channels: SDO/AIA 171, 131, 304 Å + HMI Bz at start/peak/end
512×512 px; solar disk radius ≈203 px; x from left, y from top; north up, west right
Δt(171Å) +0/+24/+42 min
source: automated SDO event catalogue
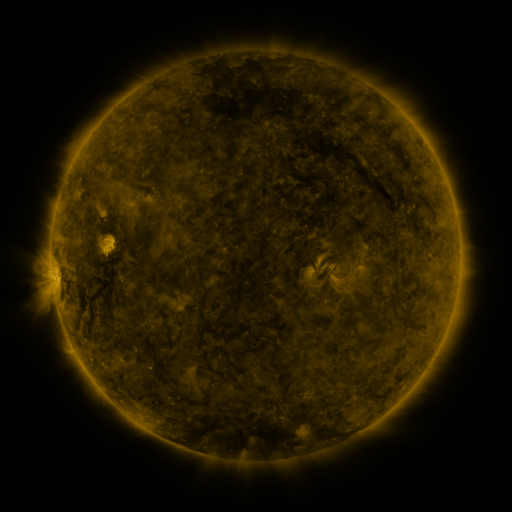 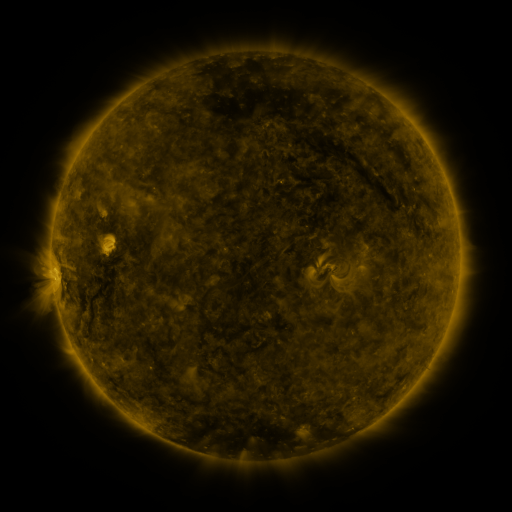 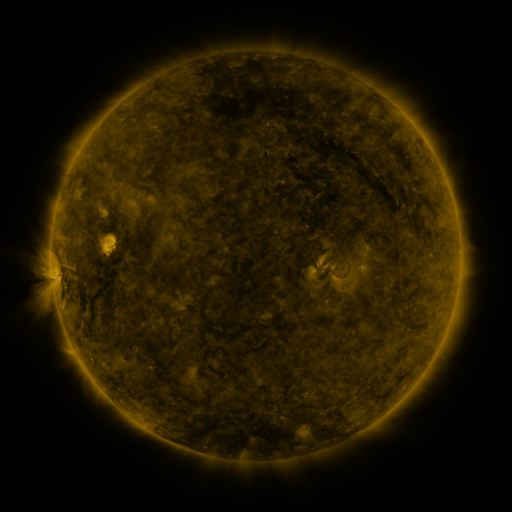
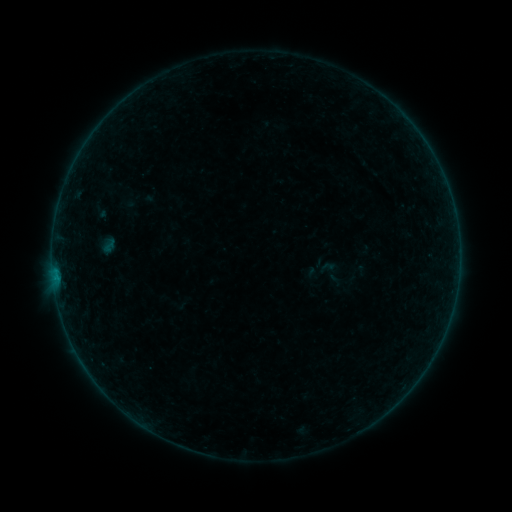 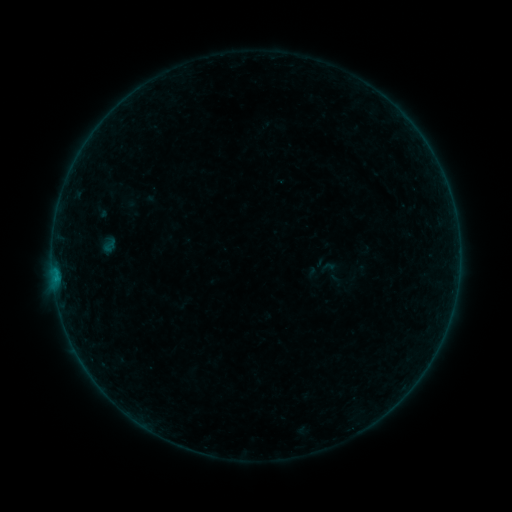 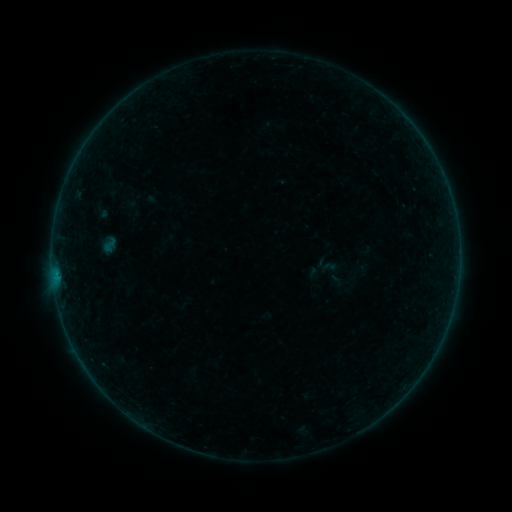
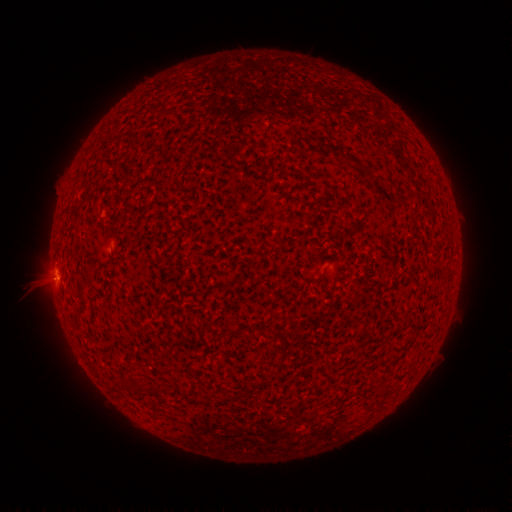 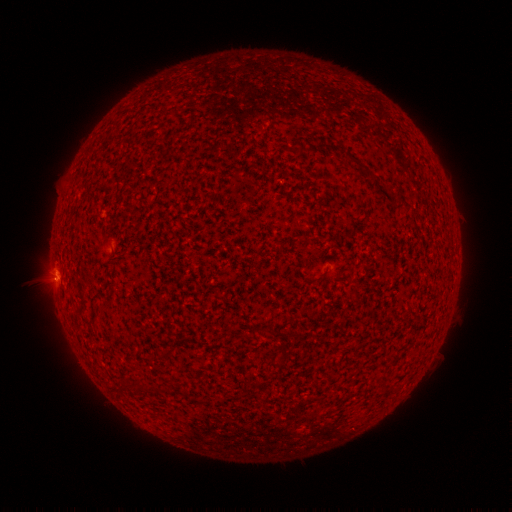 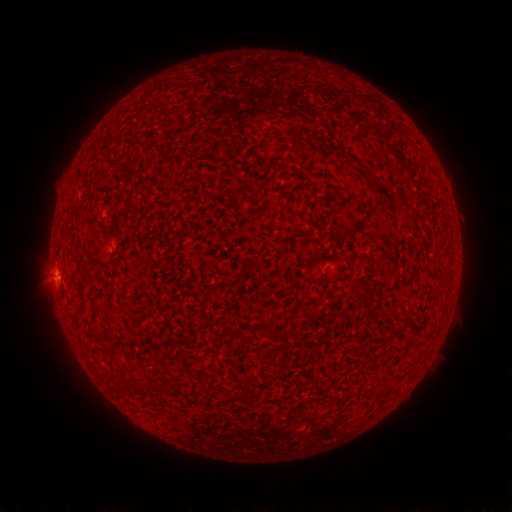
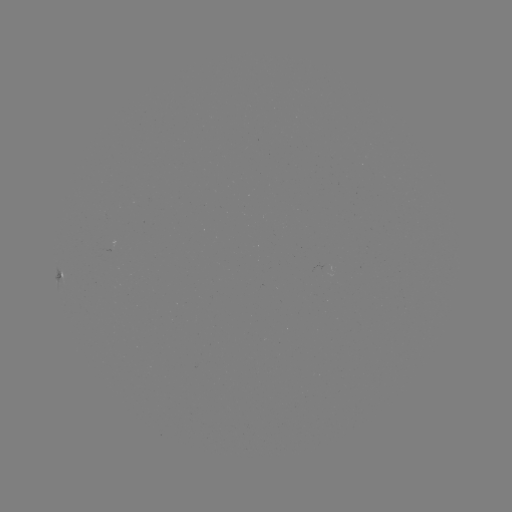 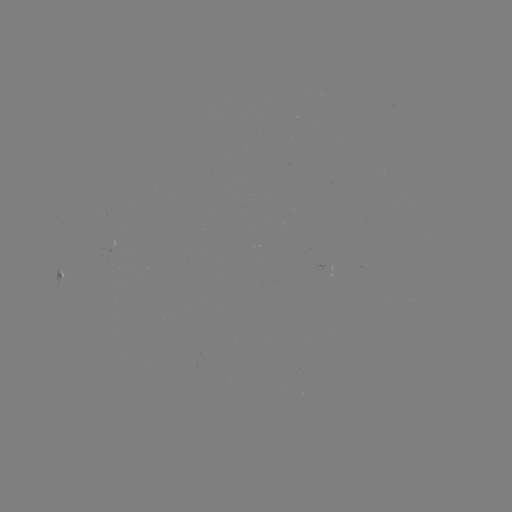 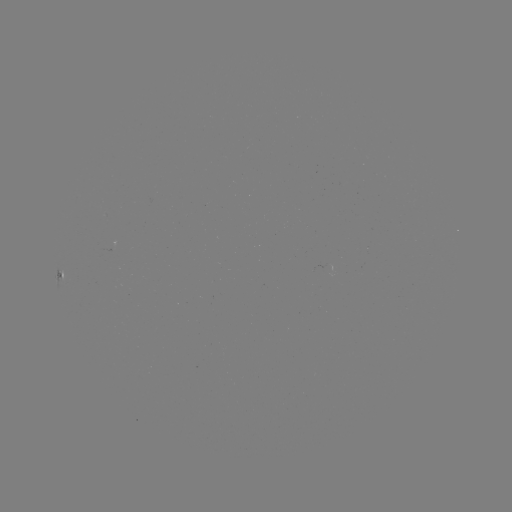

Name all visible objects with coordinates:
B2.4 flare: (54, 279)
